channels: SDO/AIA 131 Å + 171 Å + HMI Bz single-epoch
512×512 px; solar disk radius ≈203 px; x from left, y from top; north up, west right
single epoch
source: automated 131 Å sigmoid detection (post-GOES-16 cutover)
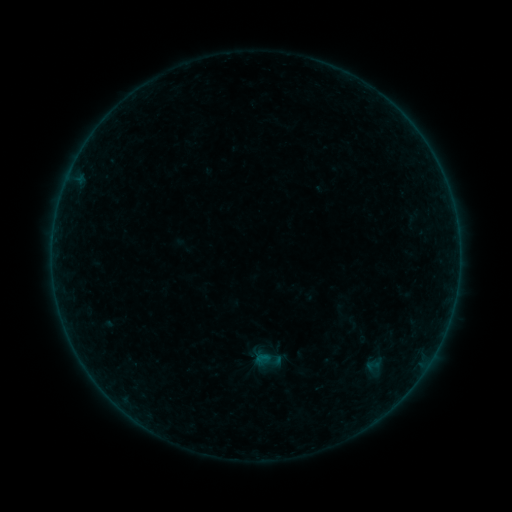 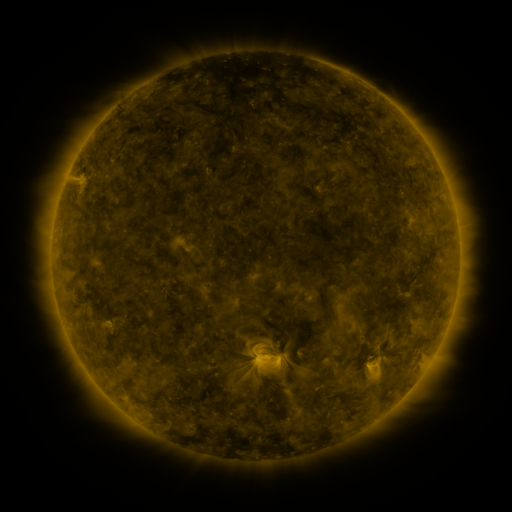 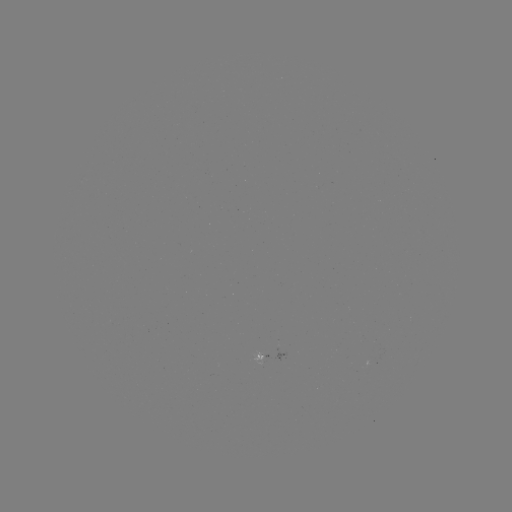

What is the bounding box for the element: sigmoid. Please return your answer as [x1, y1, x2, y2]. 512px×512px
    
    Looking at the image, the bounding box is [365, 358, 380, 373].